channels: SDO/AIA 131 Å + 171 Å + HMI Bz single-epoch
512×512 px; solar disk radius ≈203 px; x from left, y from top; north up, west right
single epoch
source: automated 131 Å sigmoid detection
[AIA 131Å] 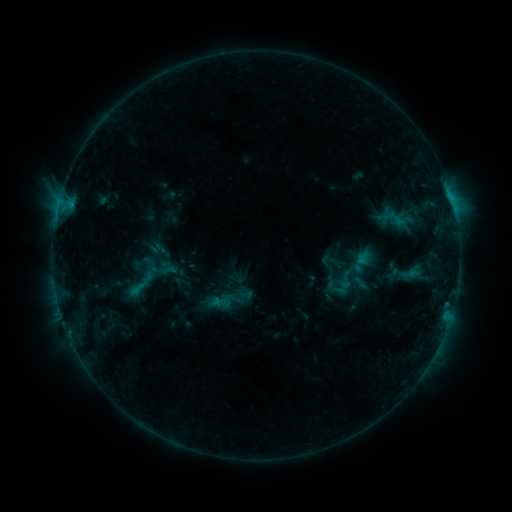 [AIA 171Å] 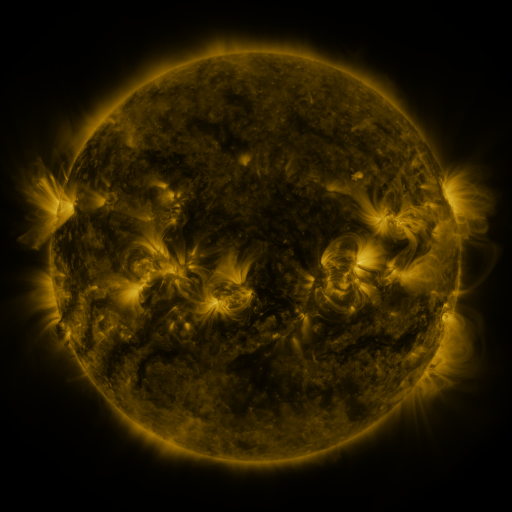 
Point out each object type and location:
sigmoid: (335, 268, 355, 291)
sigmoid: (216, 282, 252, 315)
